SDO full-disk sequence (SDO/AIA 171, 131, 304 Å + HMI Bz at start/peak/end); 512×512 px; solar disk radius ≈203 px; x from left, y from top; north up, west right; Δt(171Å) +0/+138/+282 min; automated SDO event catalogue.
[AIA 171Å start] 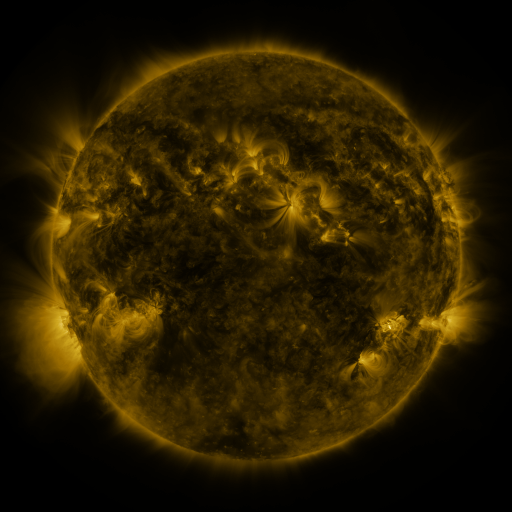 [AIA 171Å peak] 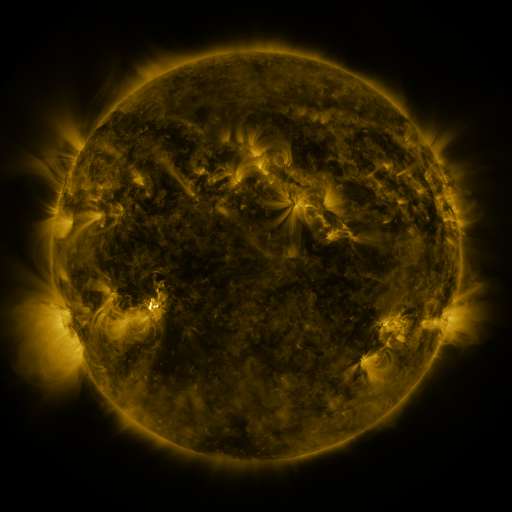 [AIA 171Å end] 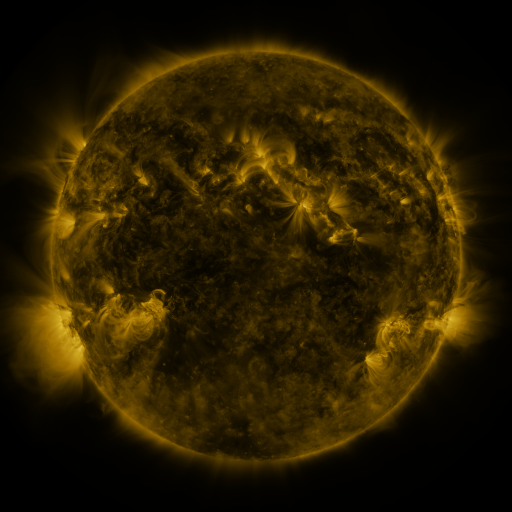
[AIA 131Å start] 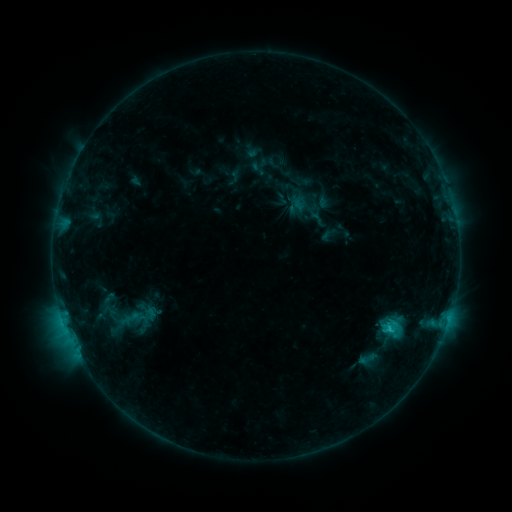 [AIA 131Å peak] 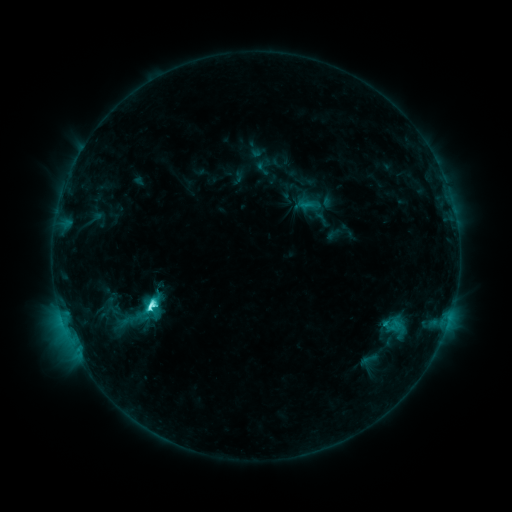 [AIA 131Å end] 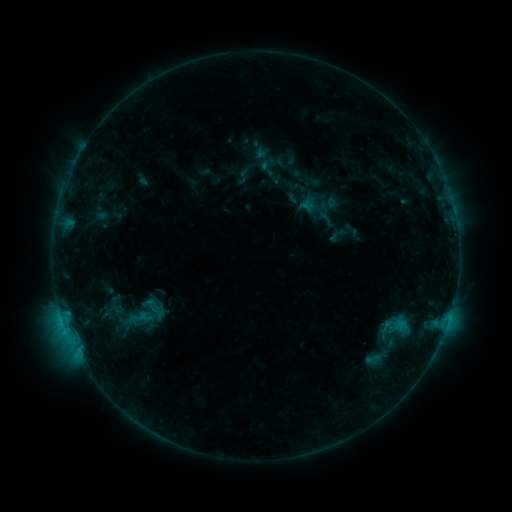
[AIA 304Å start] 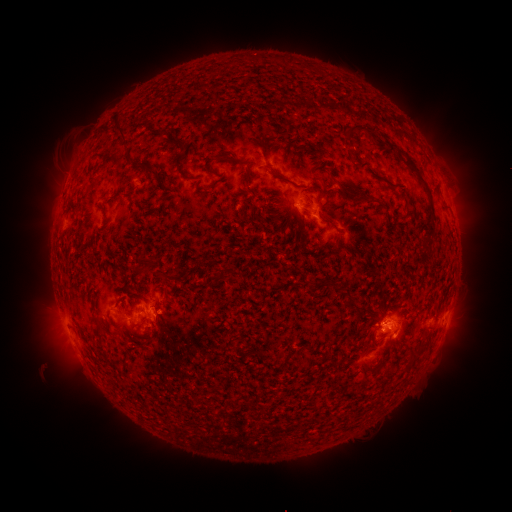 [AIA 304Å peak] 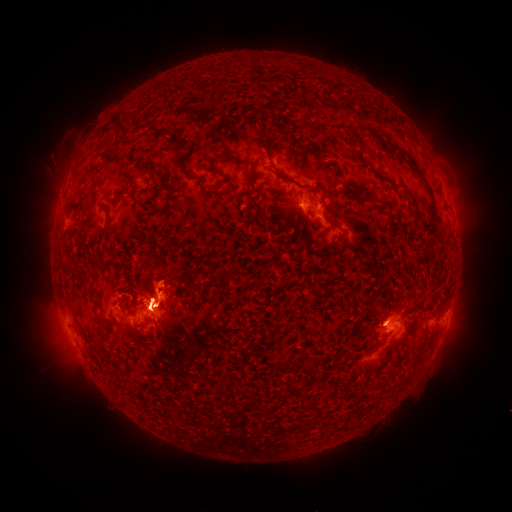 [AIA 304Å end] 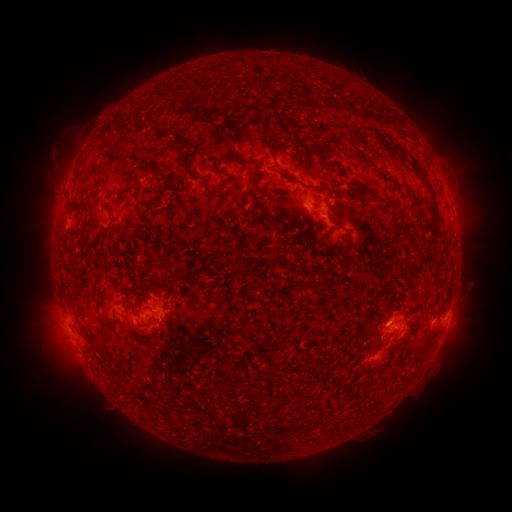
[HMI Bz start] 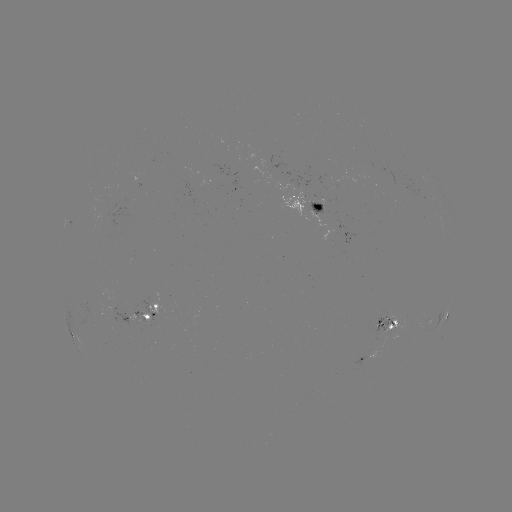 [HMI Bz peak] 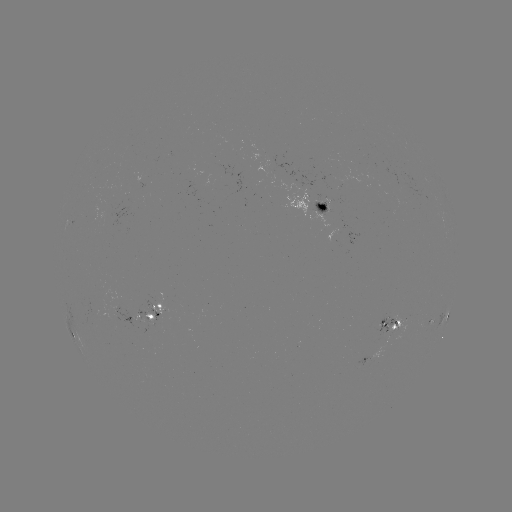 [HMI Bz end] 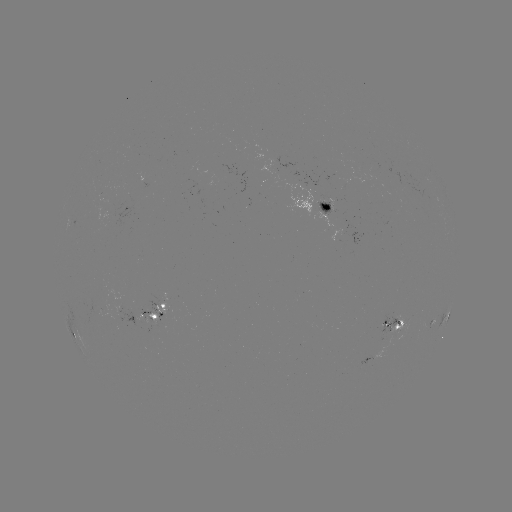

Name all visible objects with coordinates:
filament eruption: (133, 302)
